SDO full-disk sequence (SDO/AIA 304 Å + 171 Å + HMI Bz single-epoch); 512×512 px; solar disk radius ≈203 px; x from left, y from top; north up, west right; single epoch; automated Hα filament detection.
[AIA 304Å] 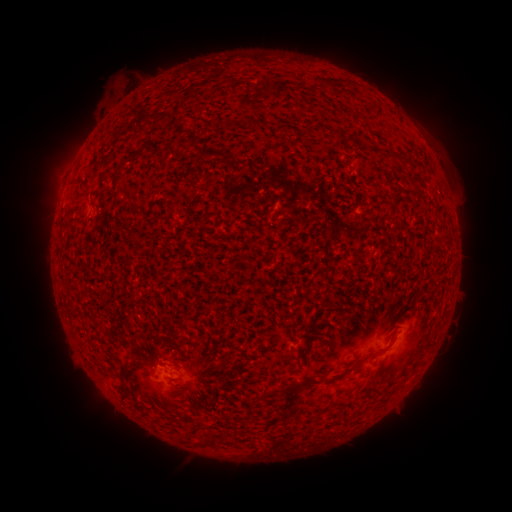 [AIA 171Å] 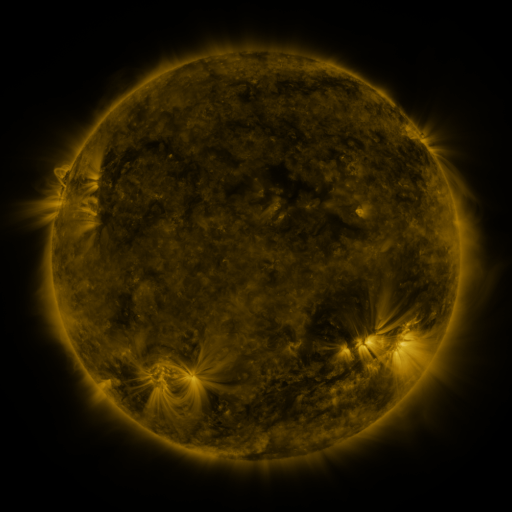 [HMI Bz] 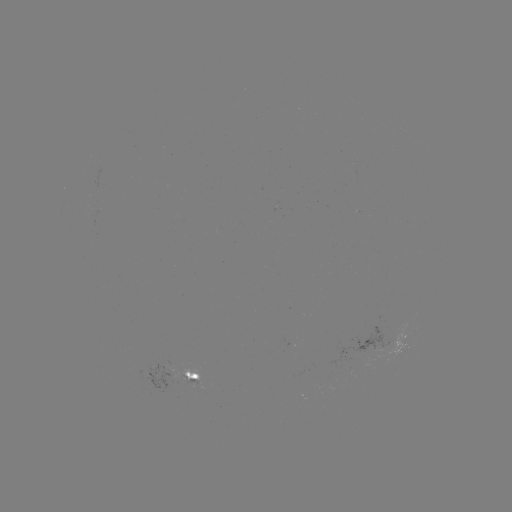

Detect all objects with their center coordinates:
filament: (277, 87)
filament: (251, 124)
filament: (310, 129)
filament: (139, 153)
filament: (126, 193)
filament: (386, 349)
filament: (296, 388)
filament: (124, 393)
